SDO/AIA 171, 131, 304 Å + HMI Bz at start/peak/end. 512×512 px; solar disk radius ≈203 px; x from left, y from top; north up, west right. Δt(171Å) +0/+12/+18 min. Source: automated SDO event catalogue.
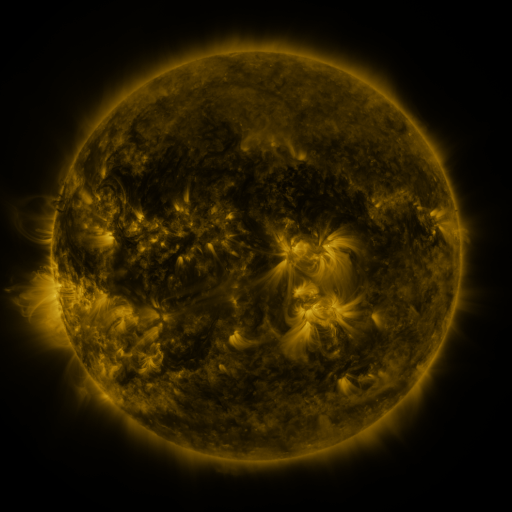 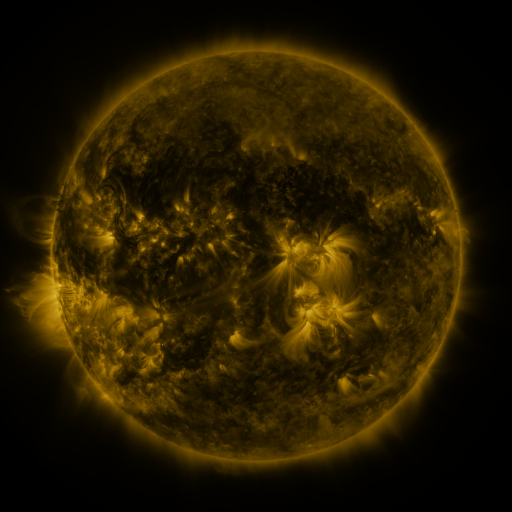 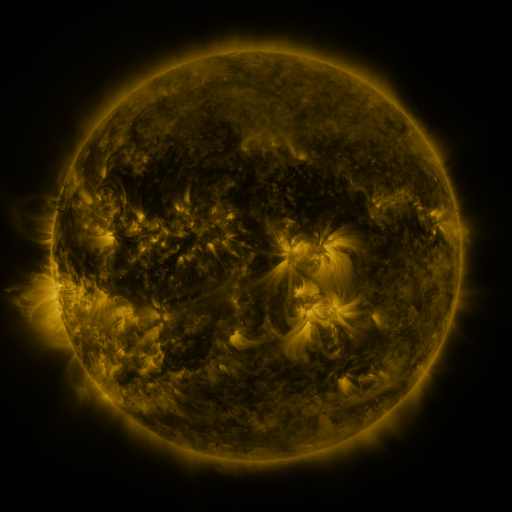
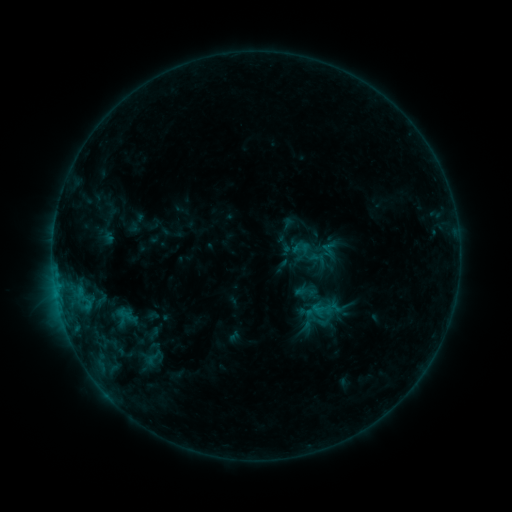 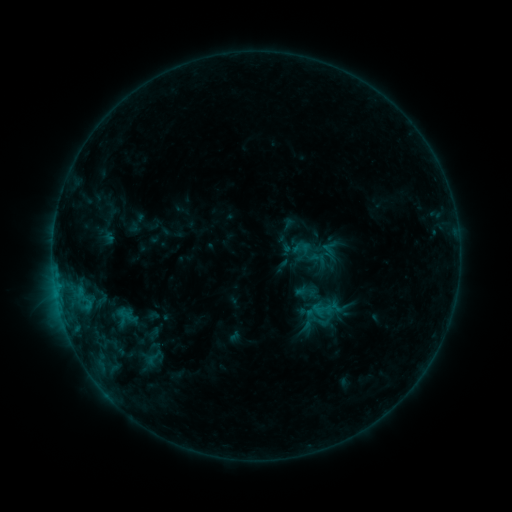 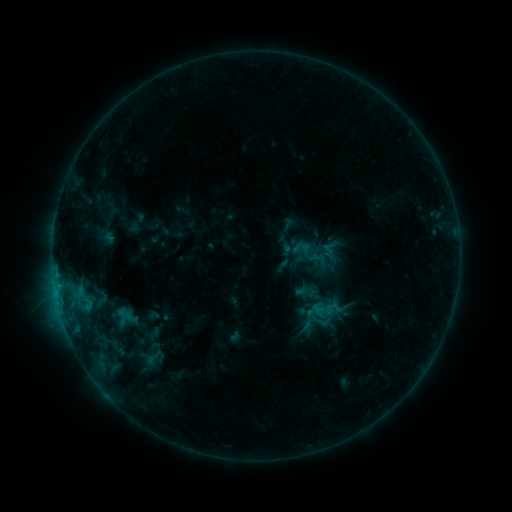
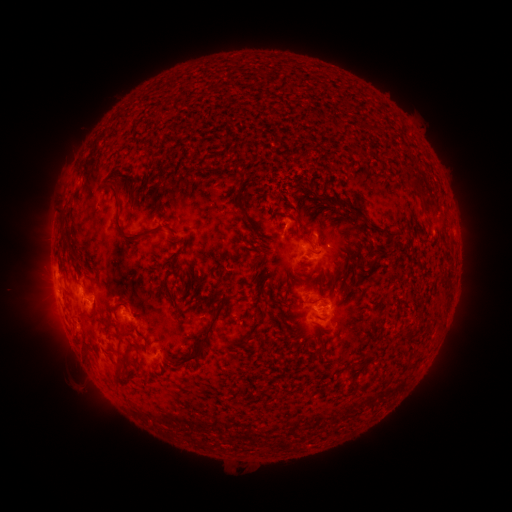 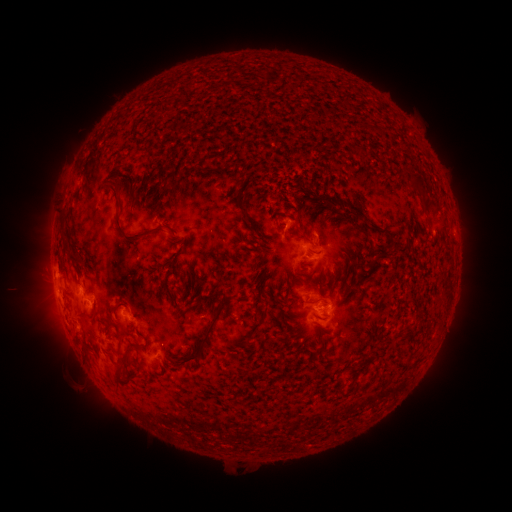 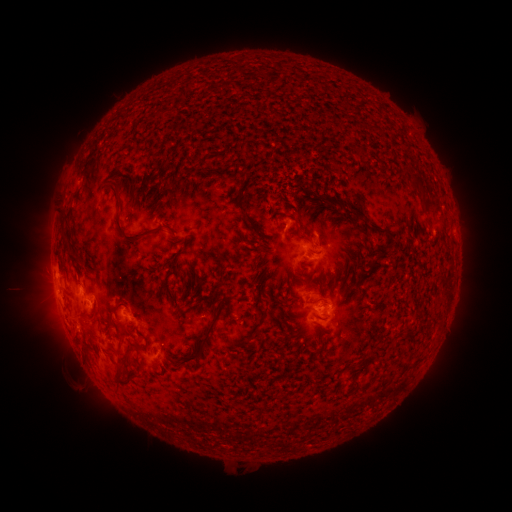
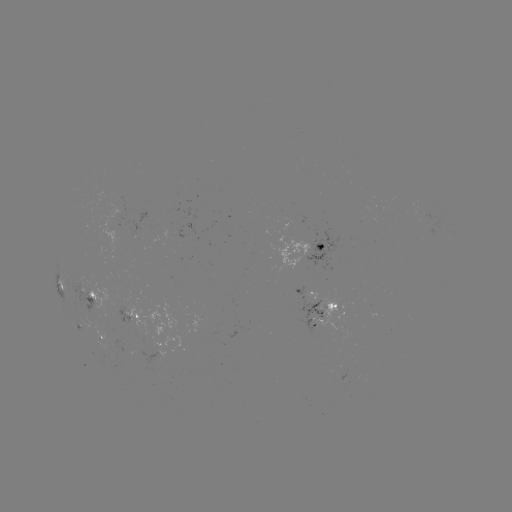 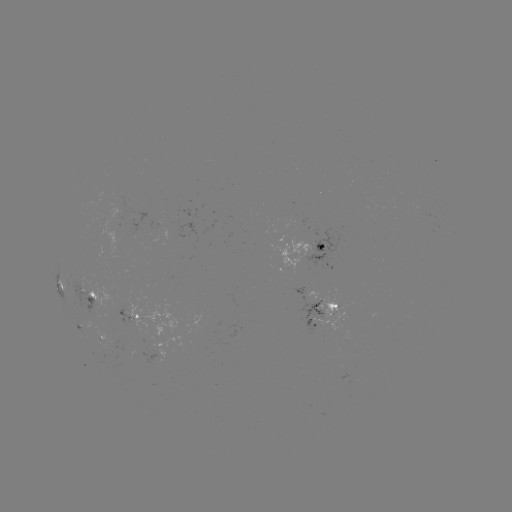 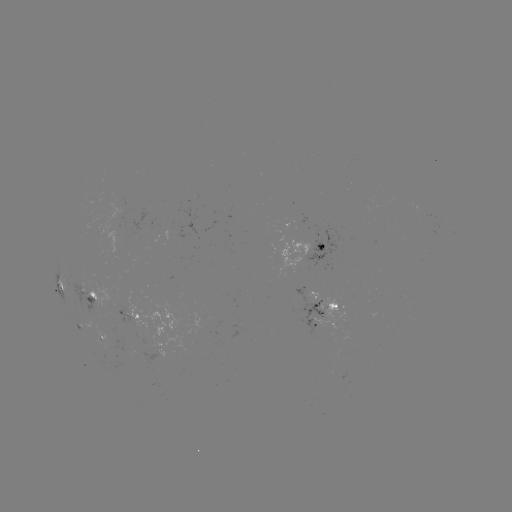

no classed flare was catalogued and no EUV brightening was flagged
